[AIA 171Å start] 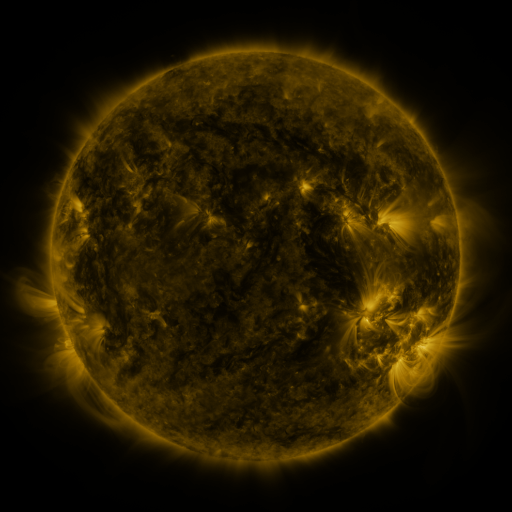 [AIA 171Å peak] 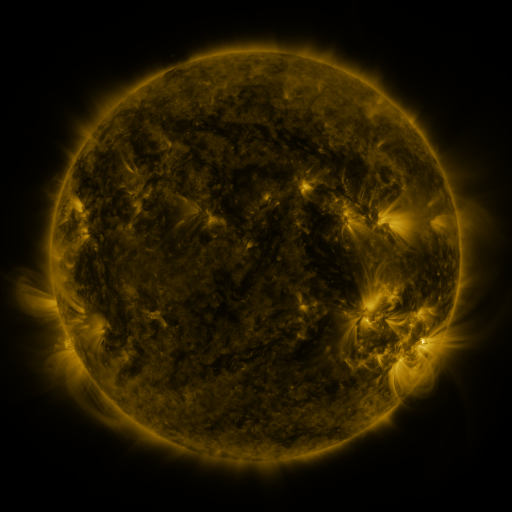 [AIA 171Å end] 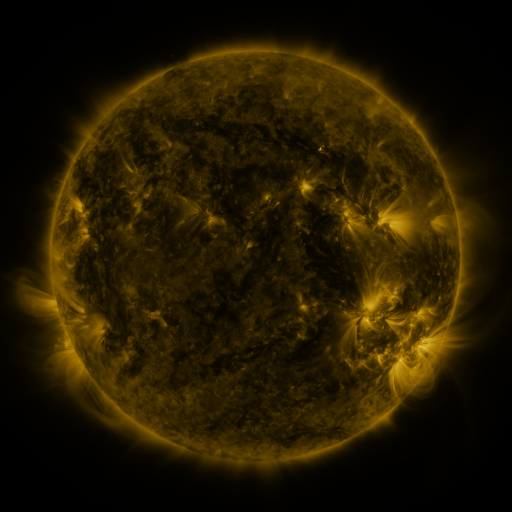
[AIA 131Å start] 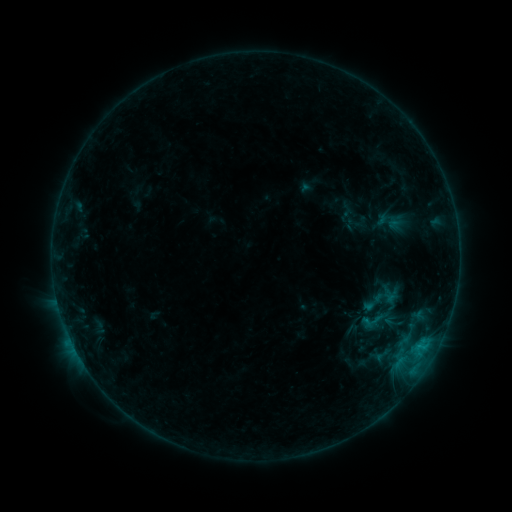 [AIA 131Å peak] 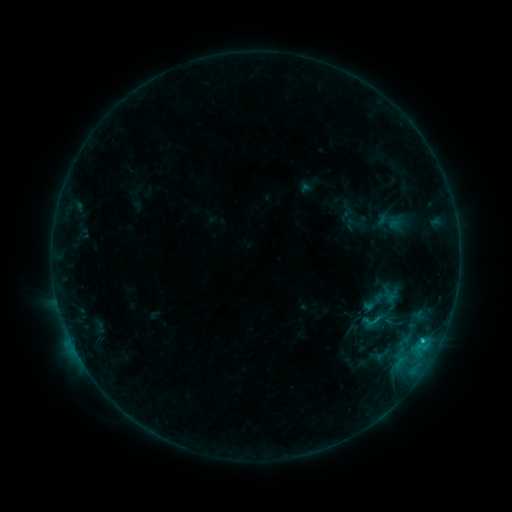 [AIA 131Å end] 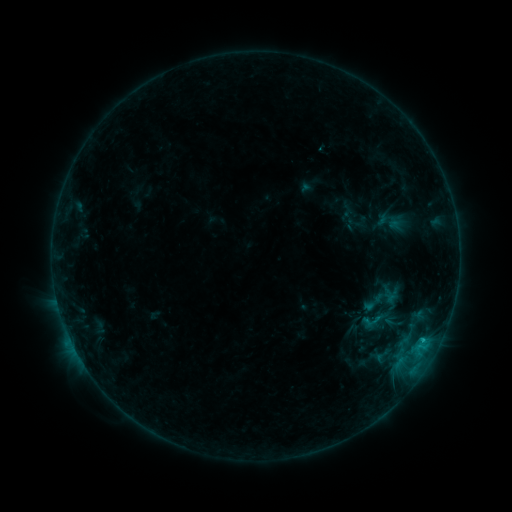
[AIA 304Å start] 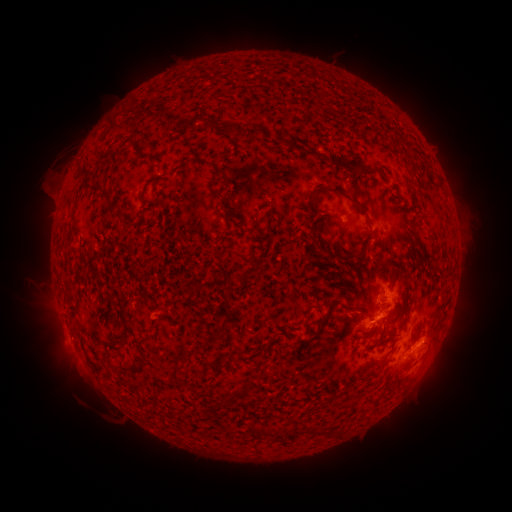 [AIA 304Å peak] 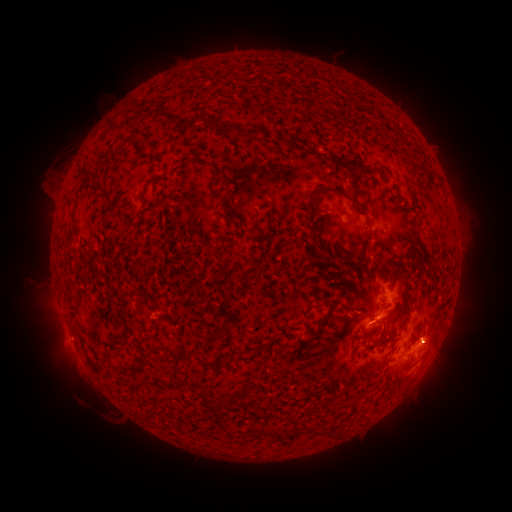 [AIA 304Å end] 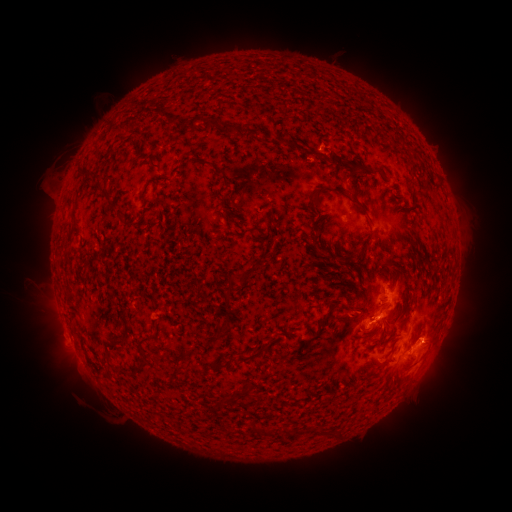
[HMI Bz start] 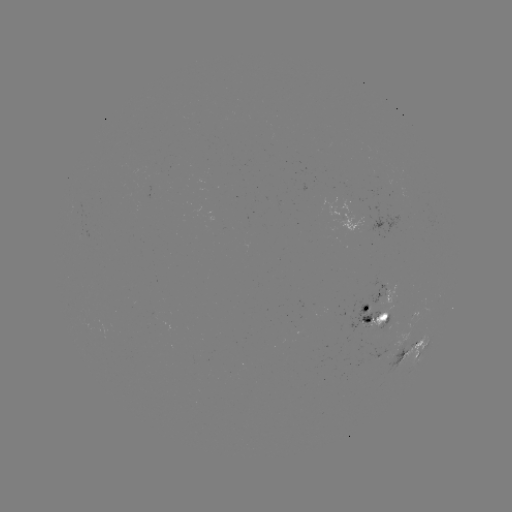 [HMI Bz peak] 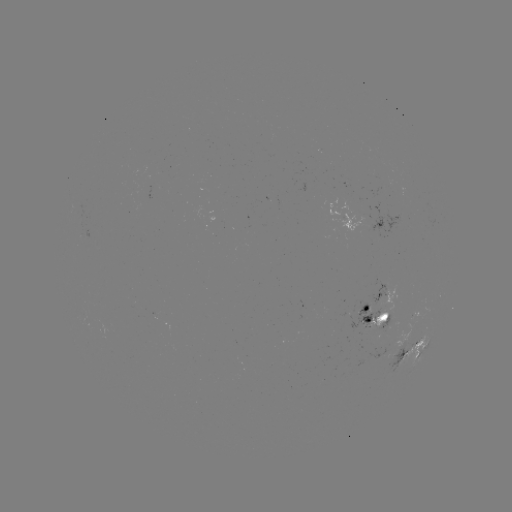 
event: flare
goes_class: C1.2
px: (421, 340)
